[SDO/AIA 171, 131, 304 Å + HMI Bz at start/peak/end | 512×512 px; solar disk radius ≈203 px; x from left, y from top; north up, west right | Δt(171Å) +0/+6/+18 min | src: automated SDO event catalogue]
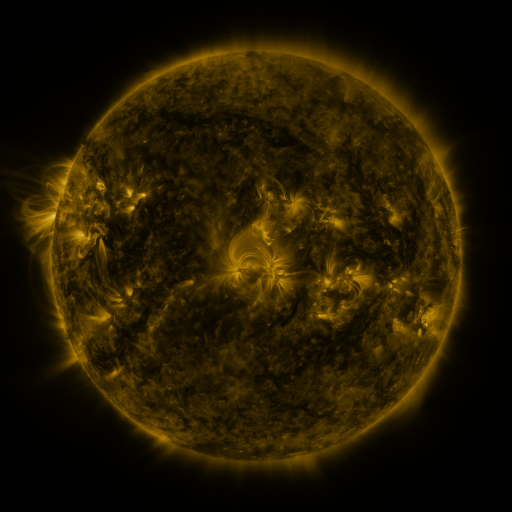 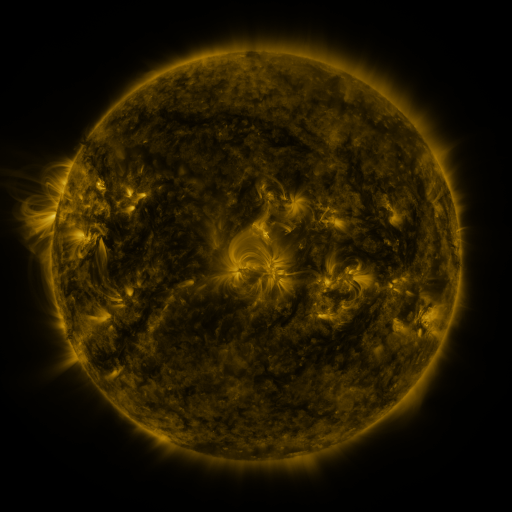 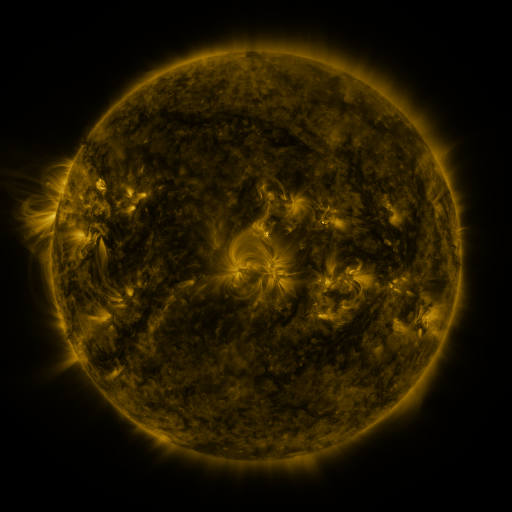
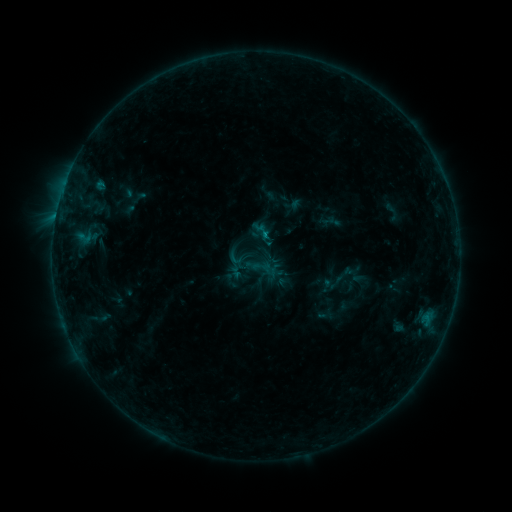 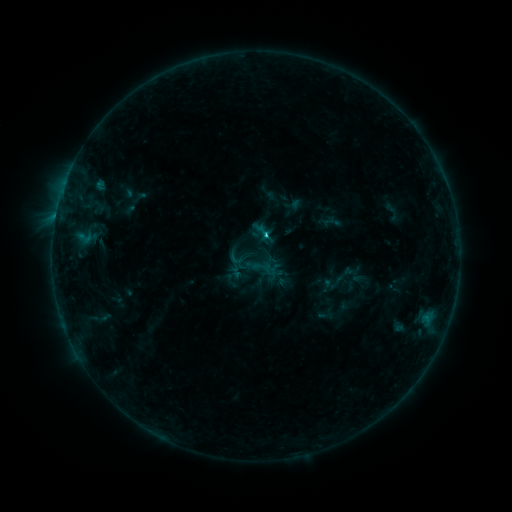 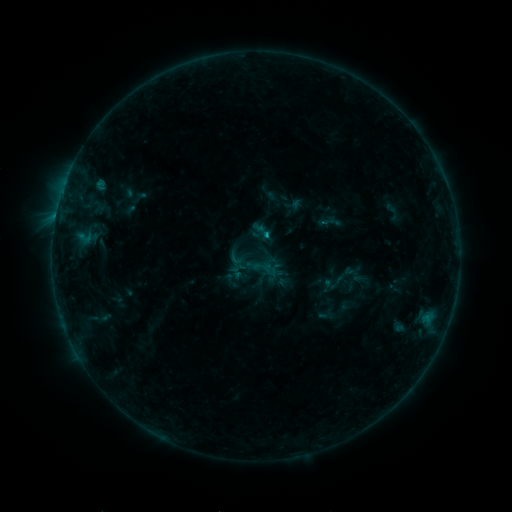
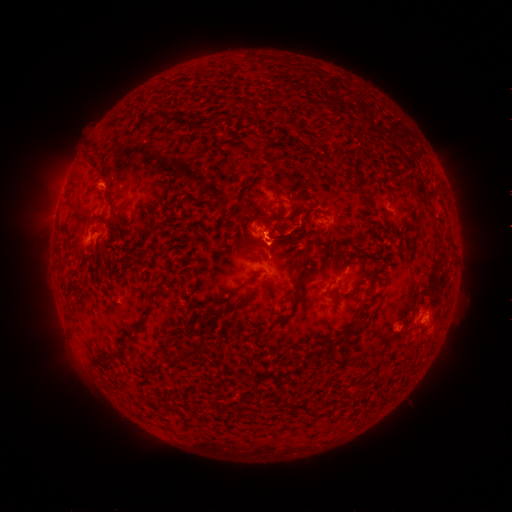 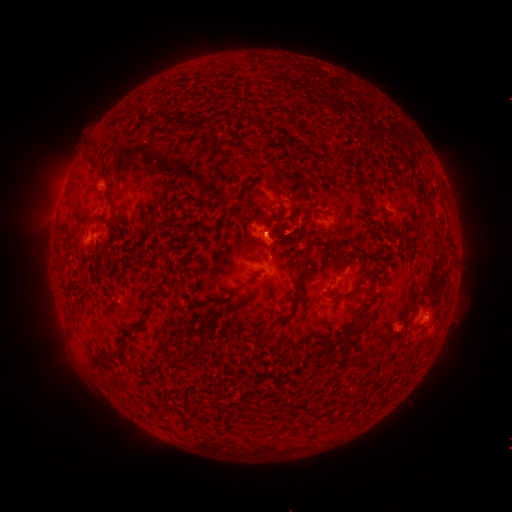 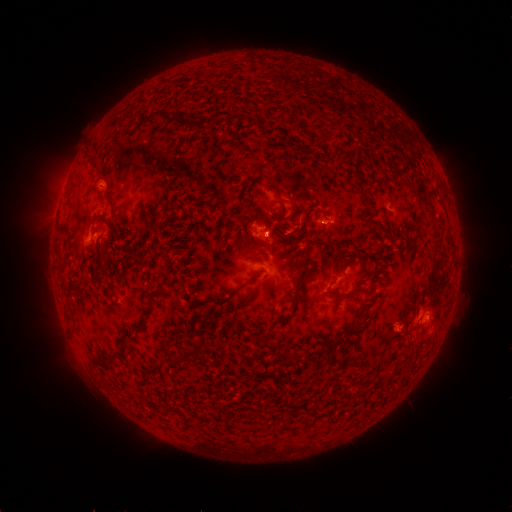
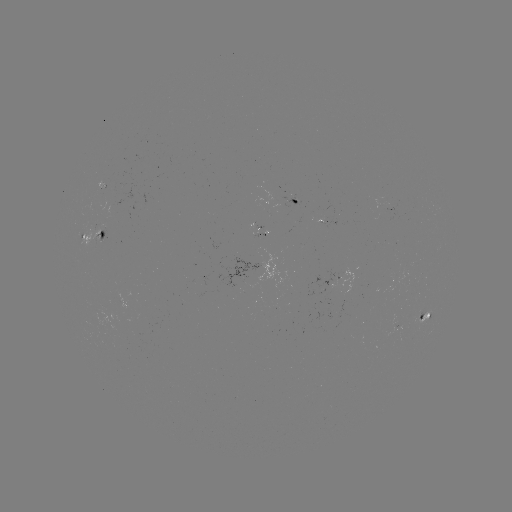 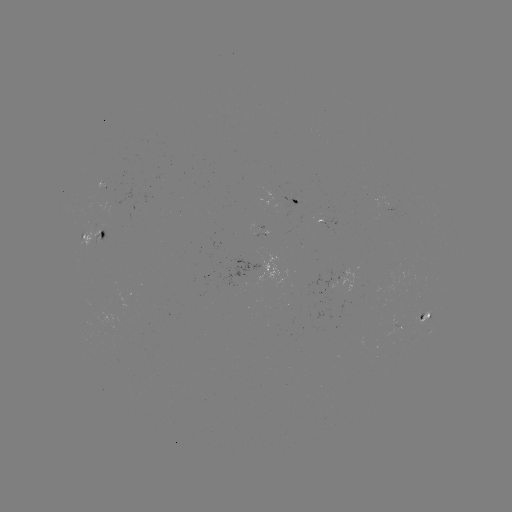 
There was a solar flare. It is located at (263, 235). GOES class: B8.6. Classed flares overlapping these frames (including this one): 1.